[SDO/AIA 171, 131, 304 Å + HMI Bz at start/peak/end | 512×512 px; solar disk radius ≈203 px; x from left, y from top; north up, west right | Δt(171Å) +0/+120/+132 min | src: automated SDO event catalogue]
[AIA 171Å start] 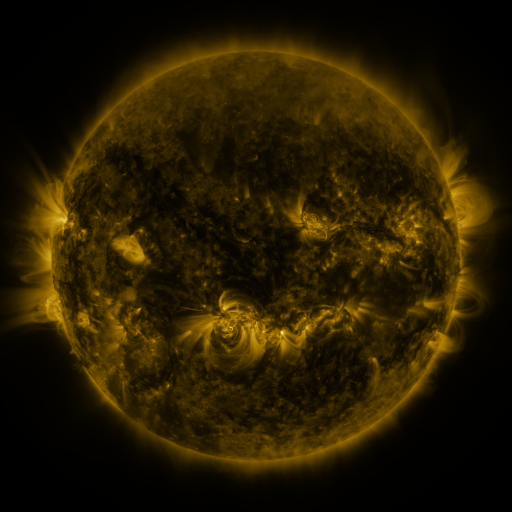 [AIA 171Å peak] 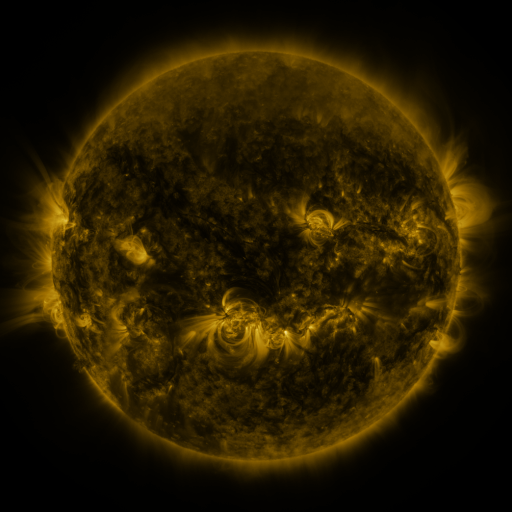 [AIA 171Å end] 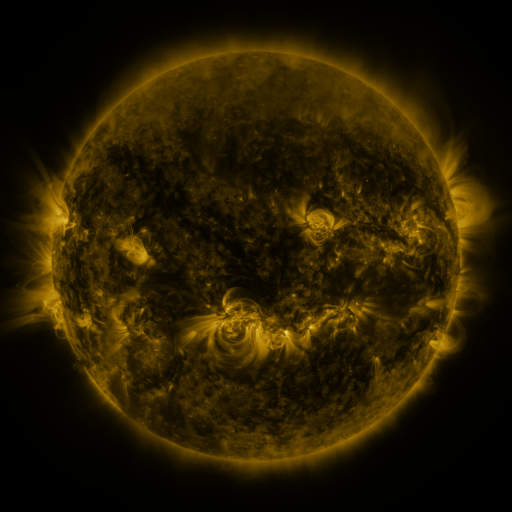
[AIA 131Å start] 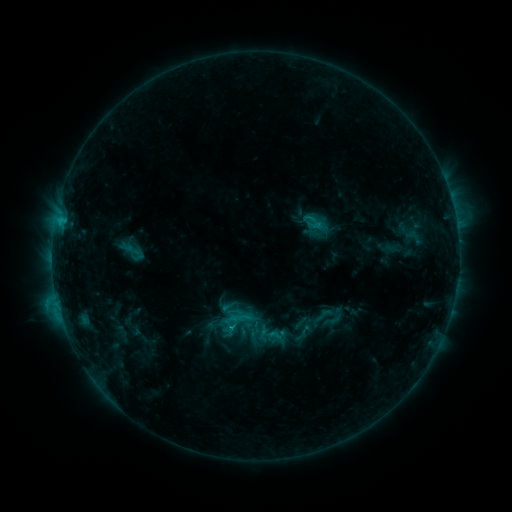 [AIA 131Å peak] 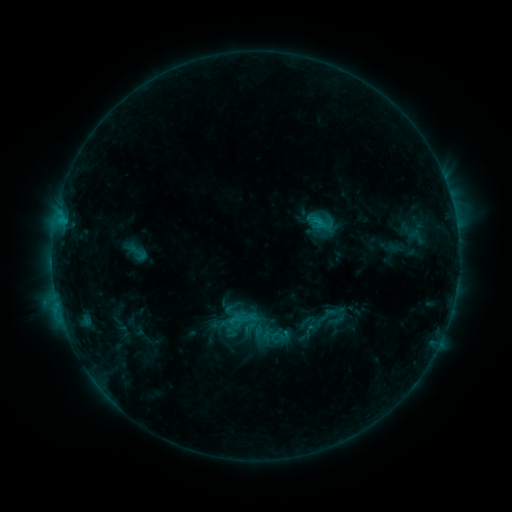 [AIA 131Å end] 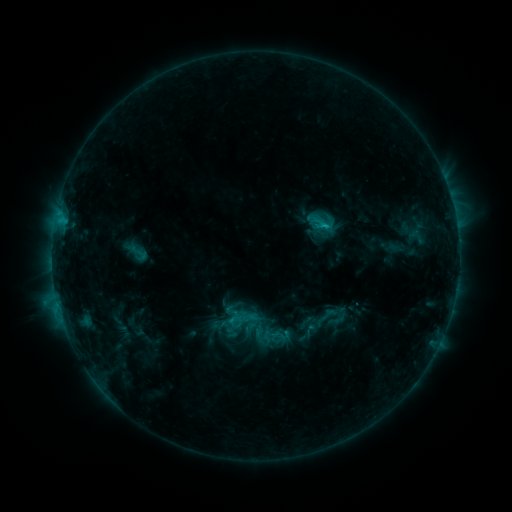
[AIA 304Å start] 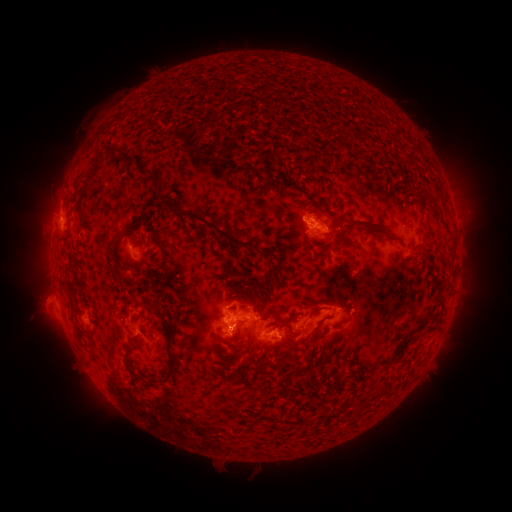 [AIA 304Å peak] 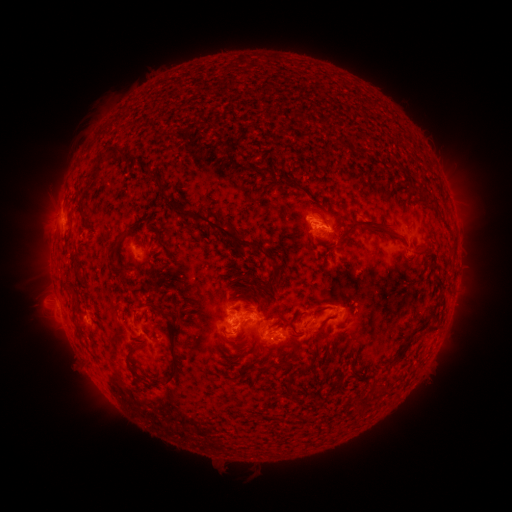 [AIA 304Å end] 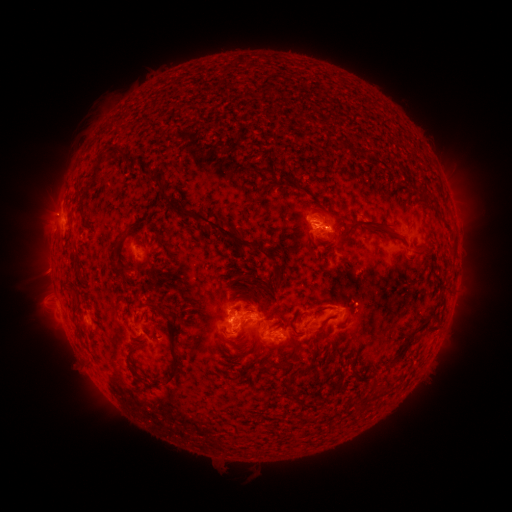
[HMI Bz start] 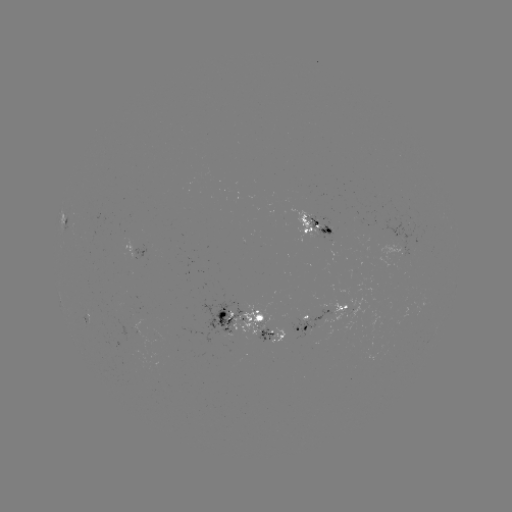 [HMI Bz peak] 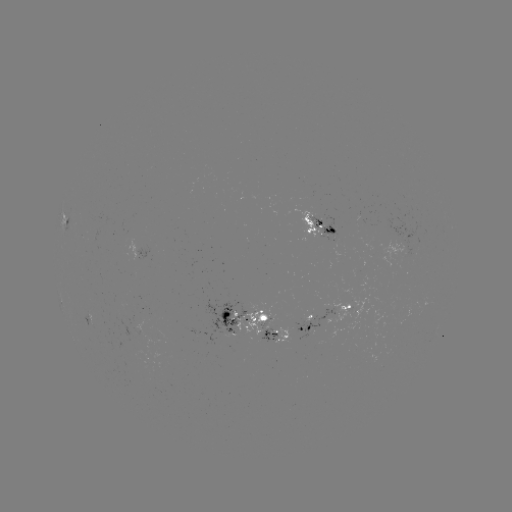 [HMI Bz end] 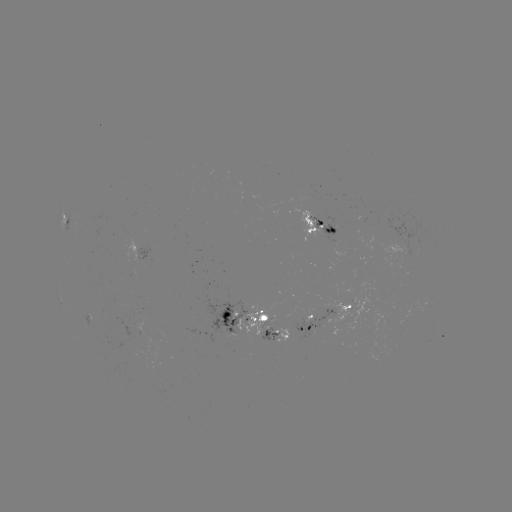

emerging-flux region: [320, 217, 339, 241]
